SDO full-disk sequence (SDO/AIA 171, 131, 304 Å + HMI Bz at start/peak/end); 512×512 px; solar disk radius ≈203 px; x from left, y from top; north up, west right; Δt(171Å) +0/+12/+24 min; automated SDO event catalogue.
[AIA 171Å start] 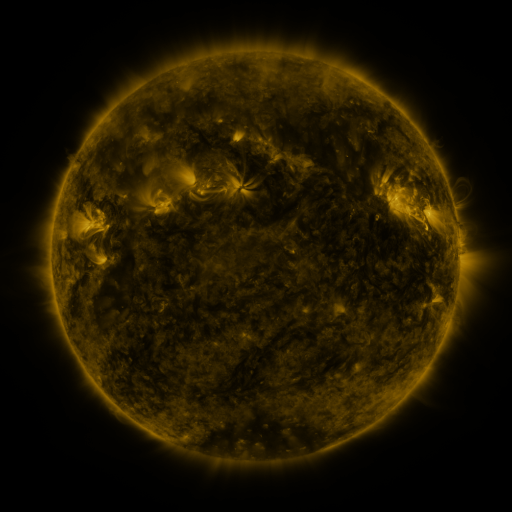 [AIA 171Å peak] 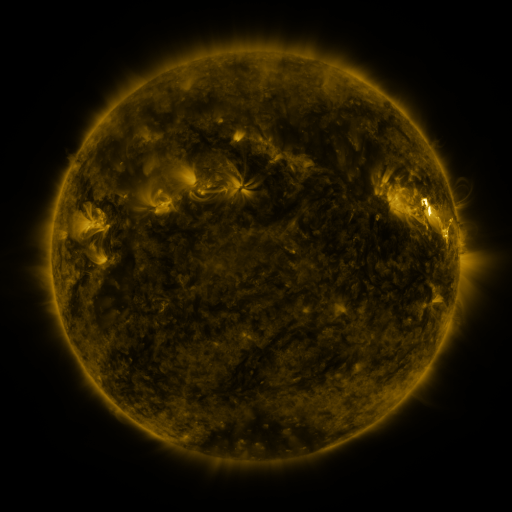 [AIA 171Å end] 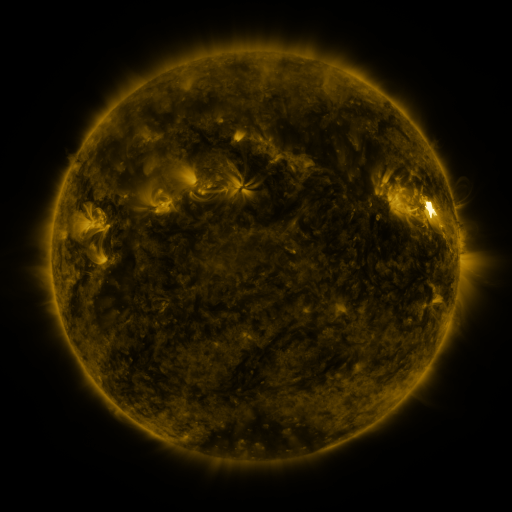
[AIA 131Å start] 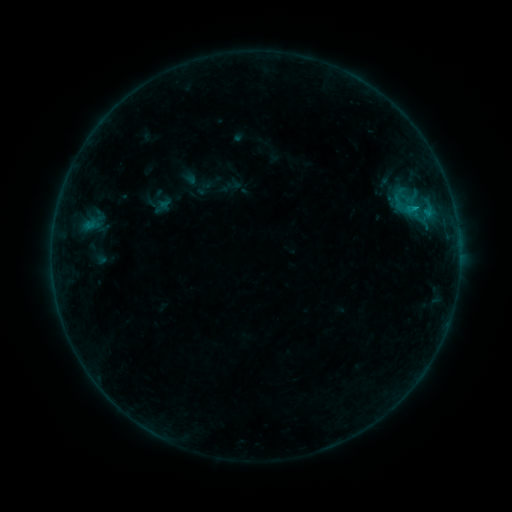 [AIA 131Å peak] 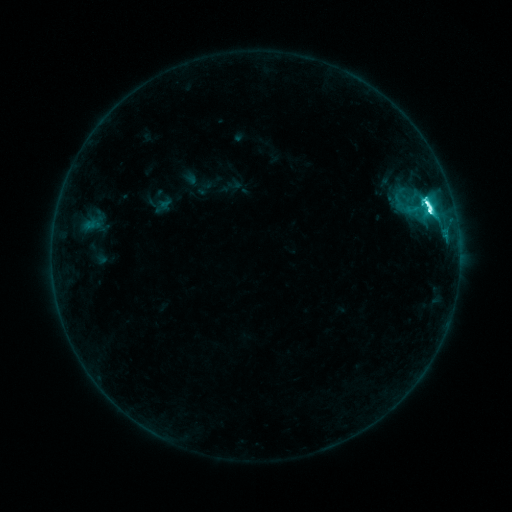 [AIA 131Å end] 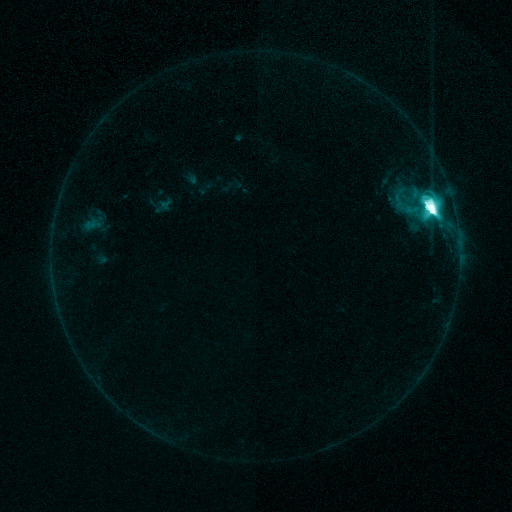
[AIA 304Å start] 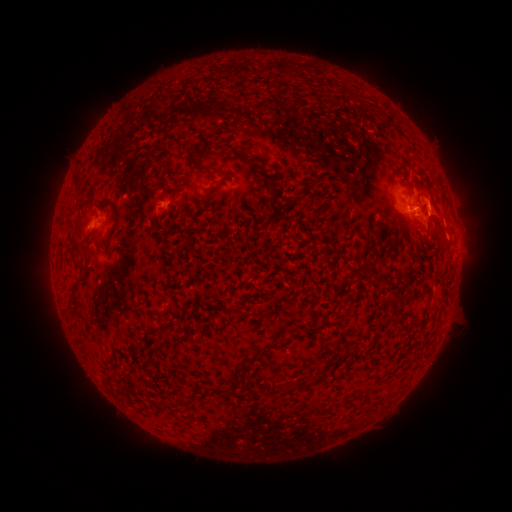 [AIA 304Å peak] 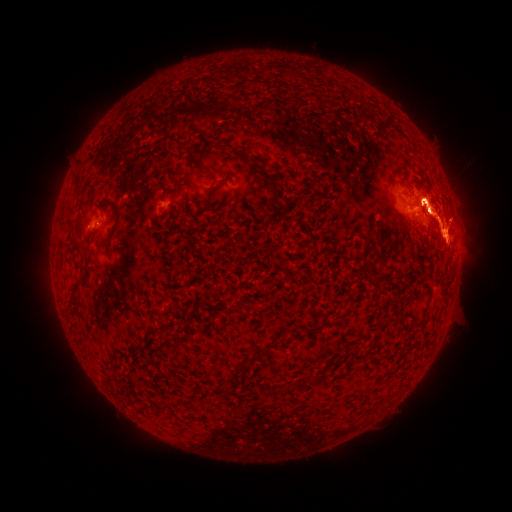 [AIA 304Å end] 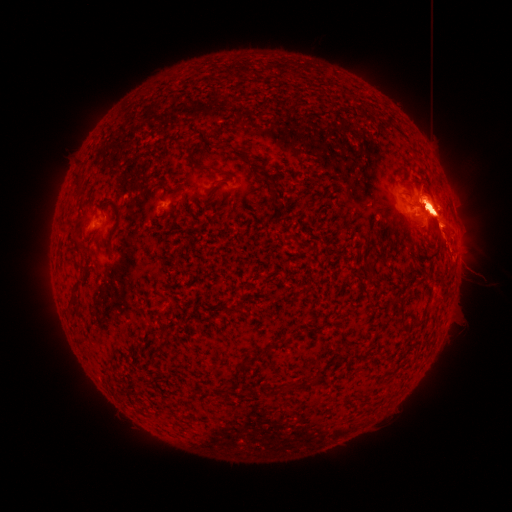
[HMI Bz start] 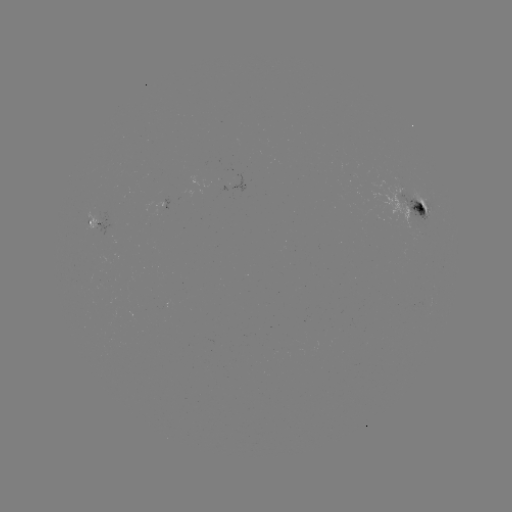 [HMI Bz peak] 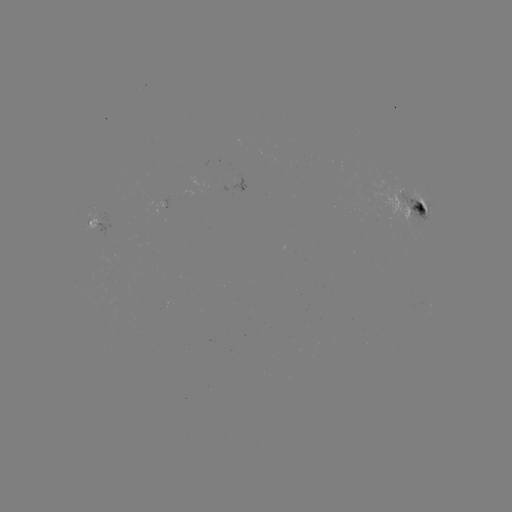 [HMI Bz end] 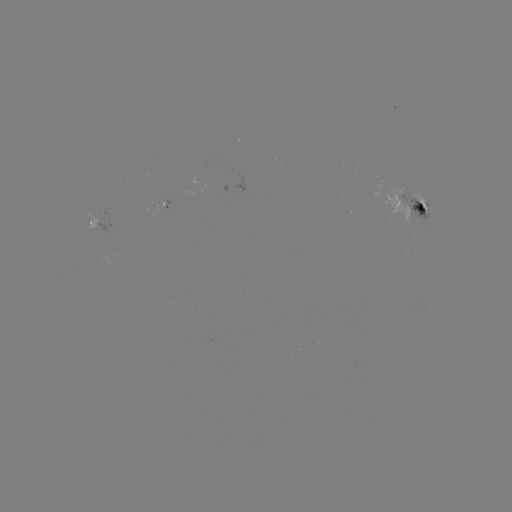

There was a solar eruption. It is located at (438, 208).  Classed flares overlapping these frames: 1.